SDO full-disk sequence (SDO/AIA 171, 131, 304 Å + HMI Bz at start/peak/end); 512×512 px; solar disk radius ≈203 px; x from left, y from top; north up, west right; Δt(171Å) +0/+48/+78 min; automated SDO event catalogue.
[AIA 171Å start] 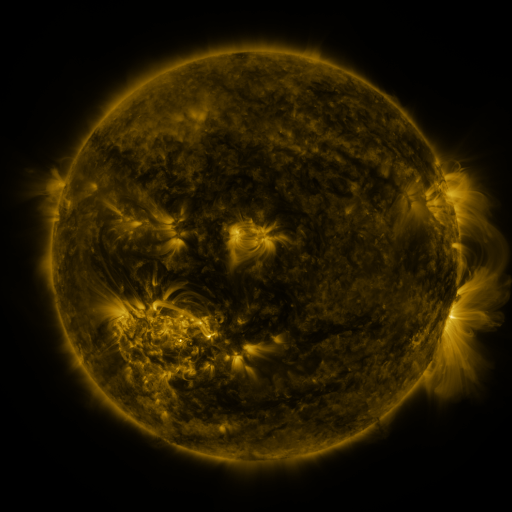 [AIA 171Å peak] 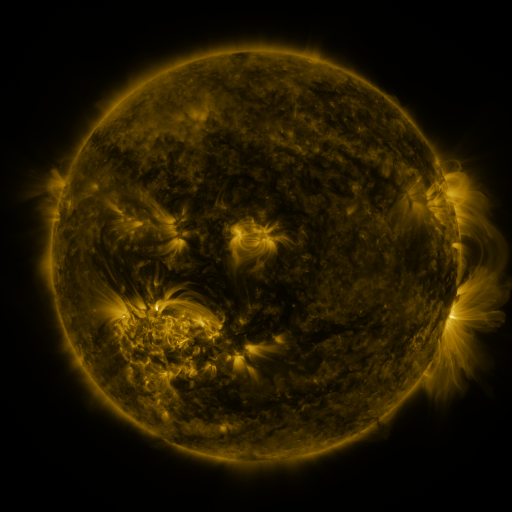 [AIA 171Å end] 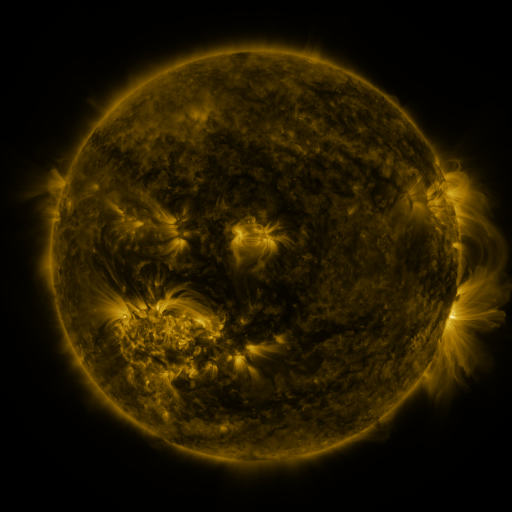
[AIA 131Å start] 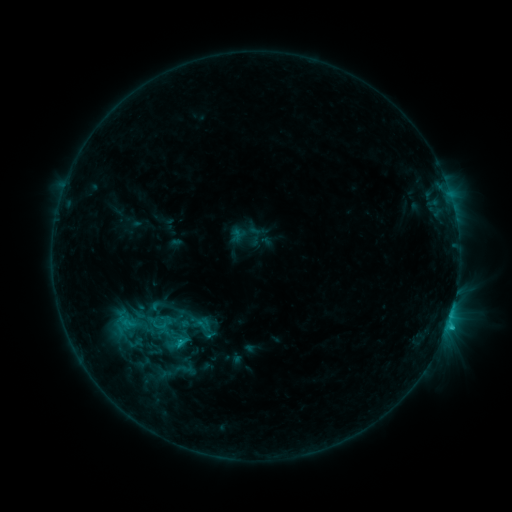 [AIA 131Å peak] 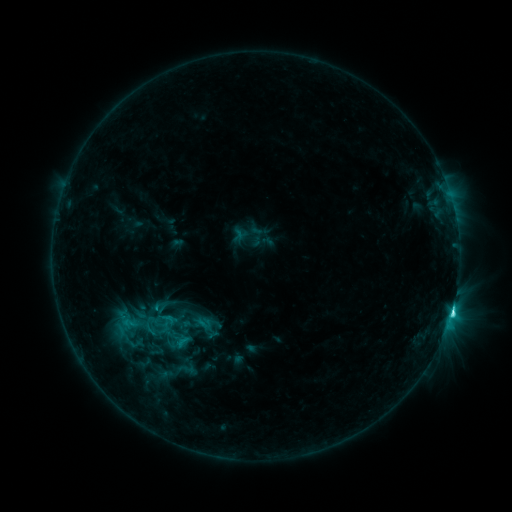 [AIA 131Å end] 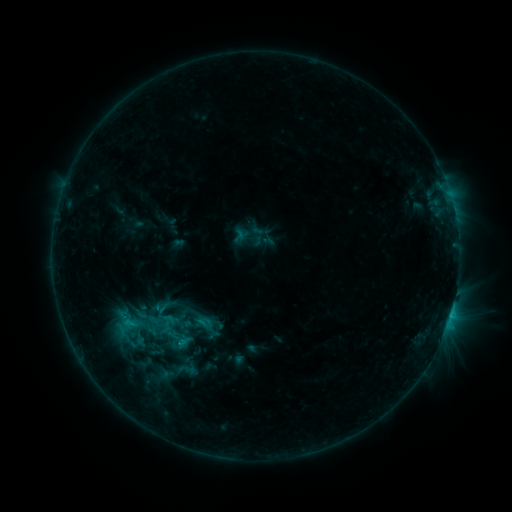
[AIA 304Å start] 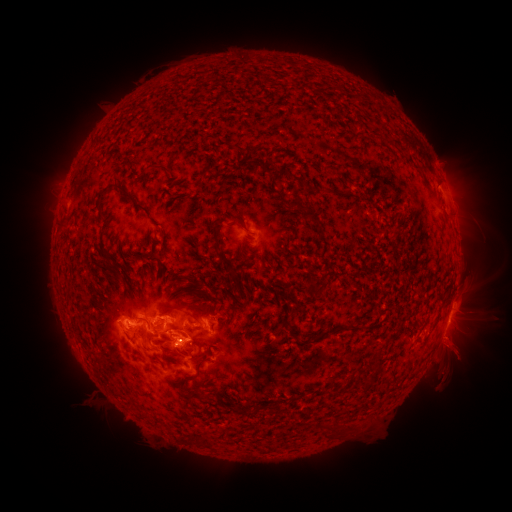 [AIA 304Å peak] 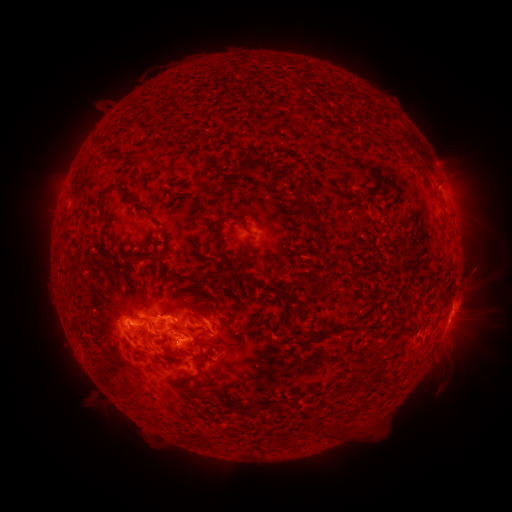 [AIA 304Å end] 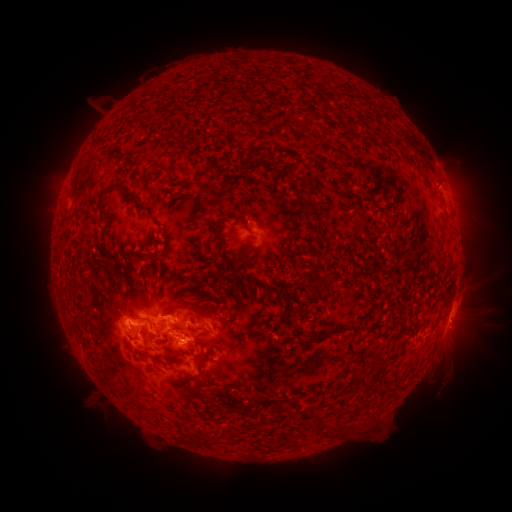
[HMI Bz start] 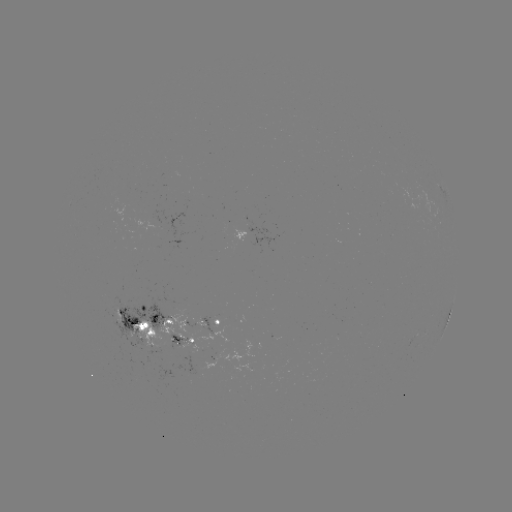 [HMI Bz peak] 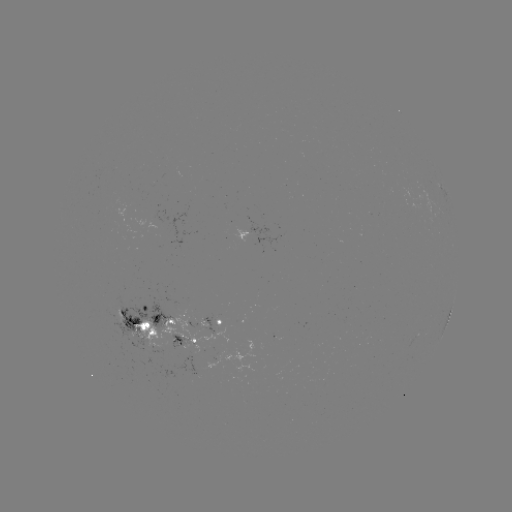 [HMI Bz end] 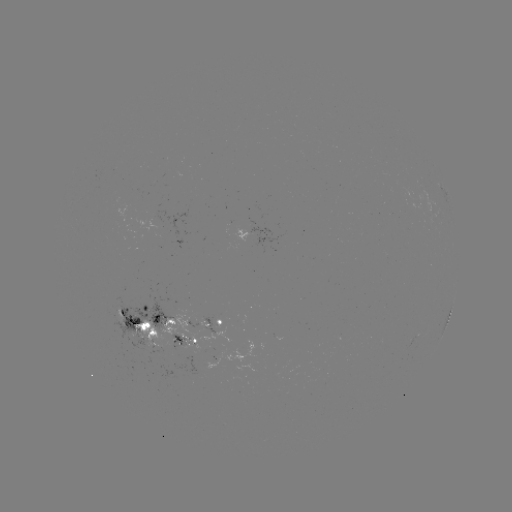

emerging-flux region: (162, 324, 231, 375)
